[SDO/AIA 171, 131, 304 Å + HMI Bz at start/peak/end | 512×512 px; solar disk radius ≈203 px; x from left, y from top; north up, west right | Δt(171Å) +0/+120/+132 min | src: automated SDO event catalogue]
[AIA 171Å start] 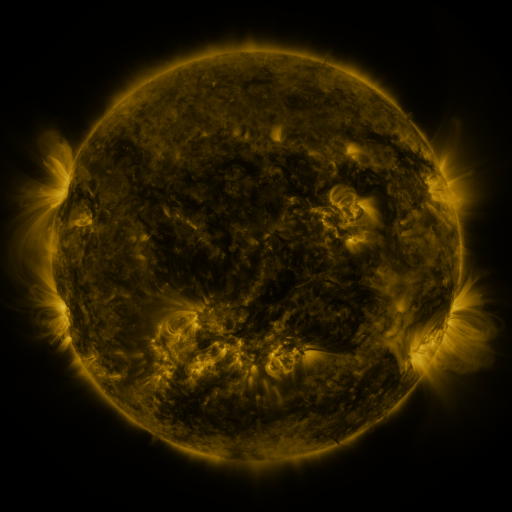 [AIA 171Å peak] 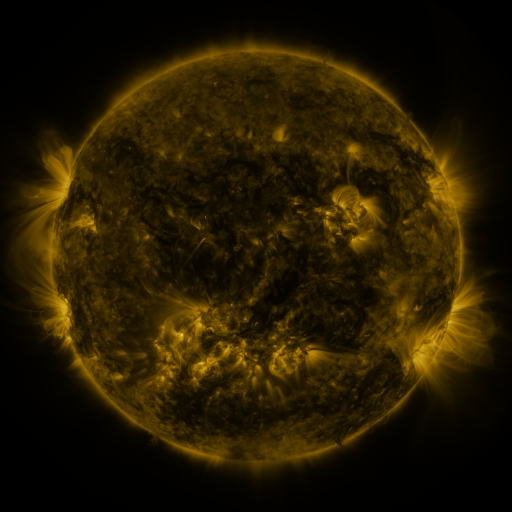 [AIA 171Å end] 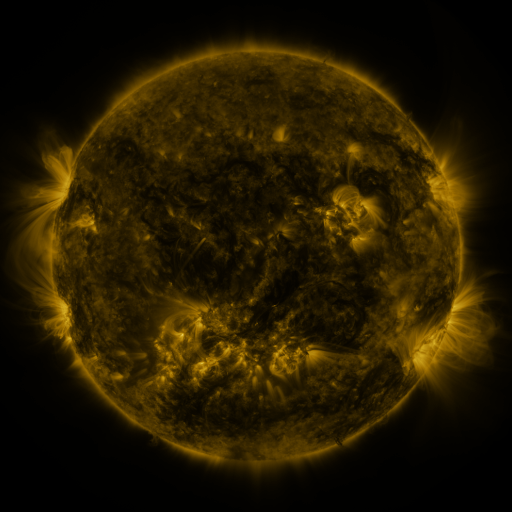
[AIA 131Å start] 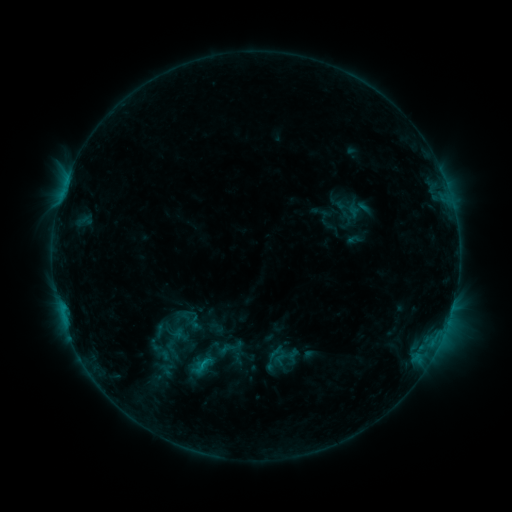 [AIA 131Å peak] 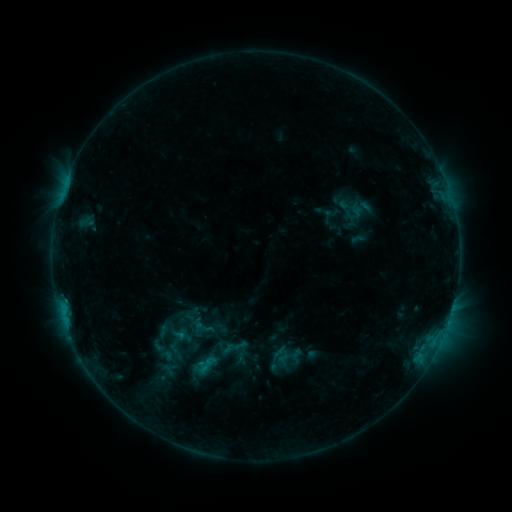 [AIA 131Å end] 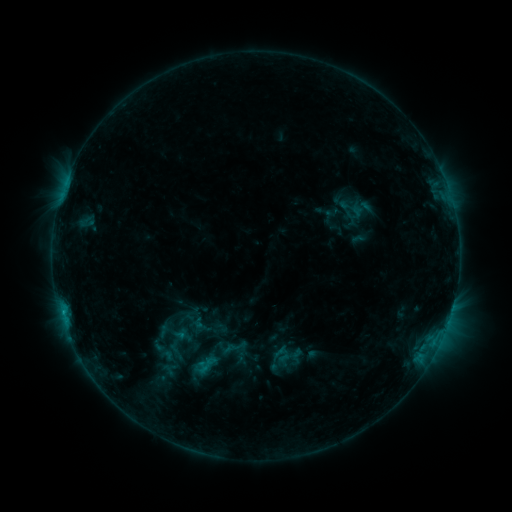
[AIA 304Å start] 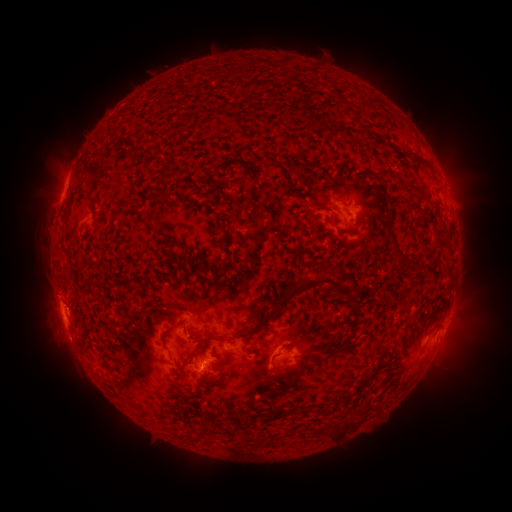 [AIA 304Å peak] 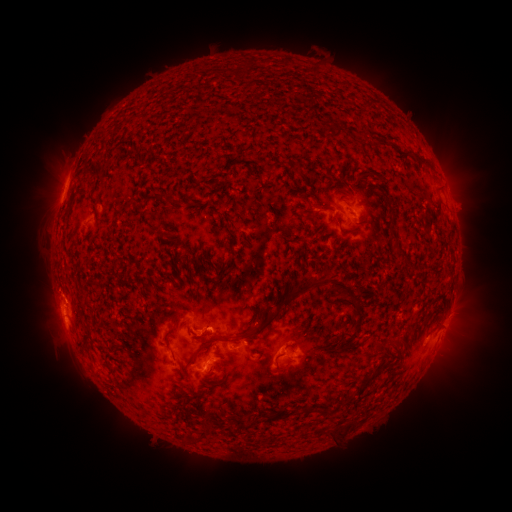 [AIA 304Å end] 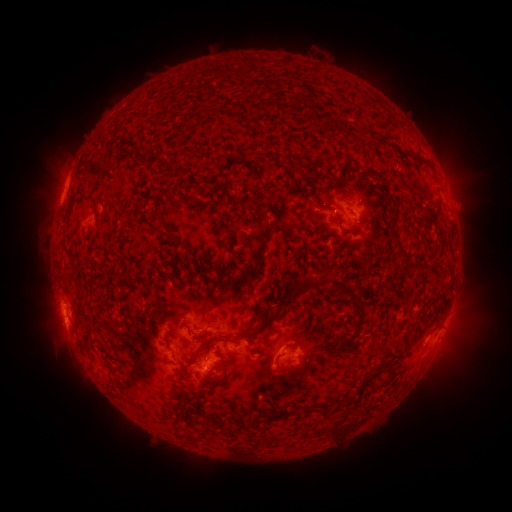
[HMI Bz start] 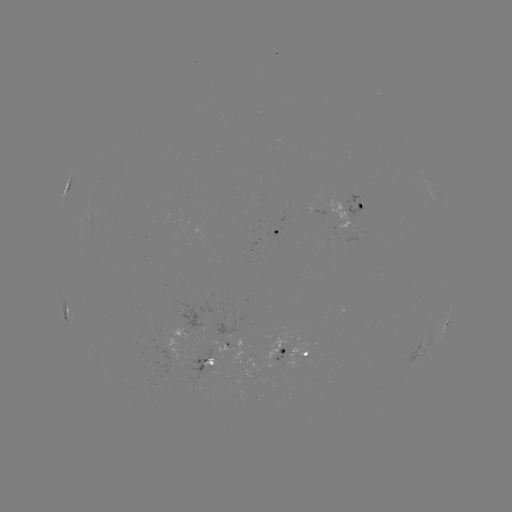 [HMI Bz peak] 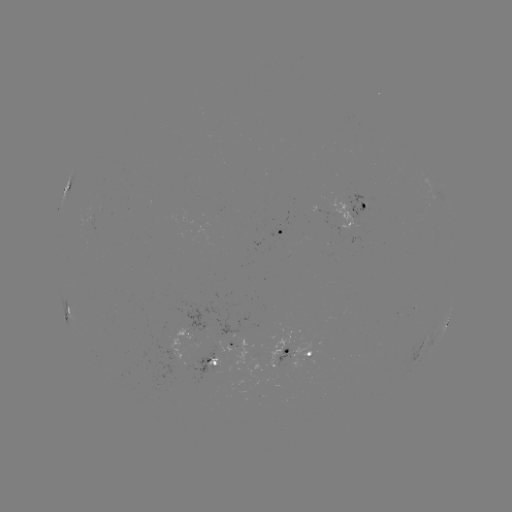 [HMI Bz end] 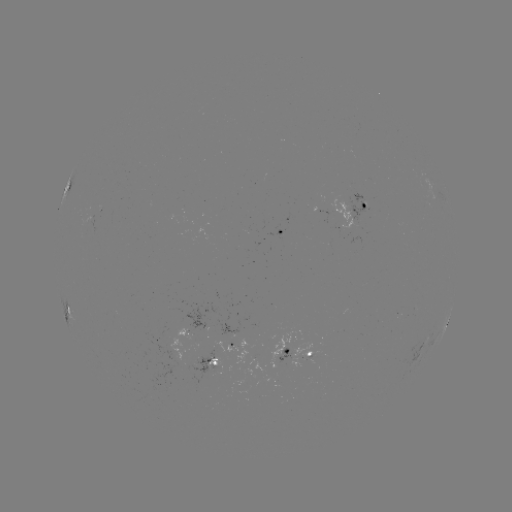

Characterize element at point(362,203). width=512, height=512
emerging-flux region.